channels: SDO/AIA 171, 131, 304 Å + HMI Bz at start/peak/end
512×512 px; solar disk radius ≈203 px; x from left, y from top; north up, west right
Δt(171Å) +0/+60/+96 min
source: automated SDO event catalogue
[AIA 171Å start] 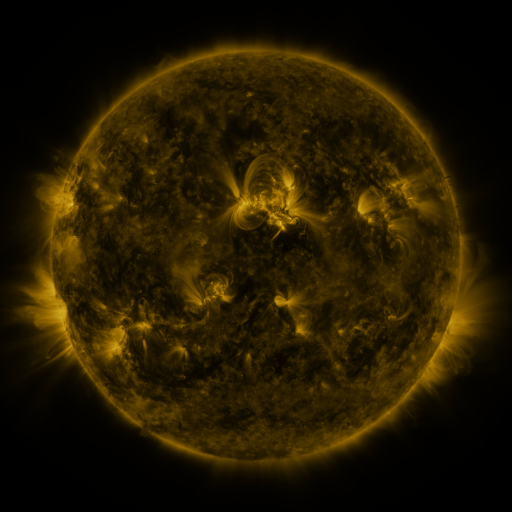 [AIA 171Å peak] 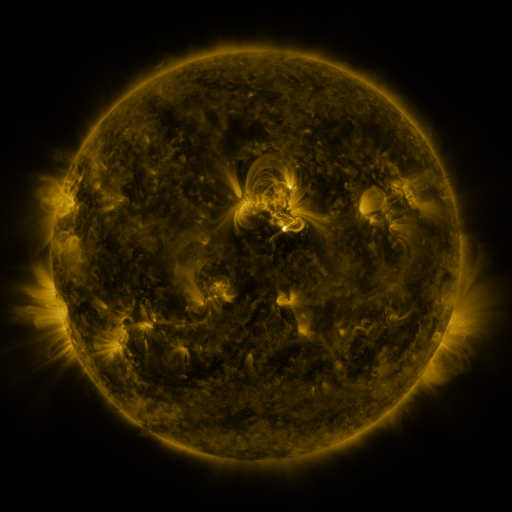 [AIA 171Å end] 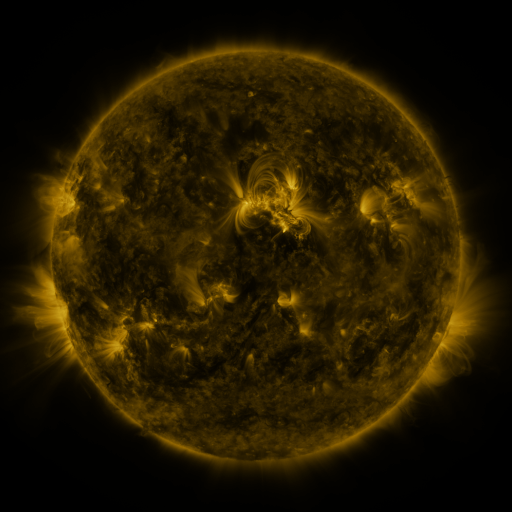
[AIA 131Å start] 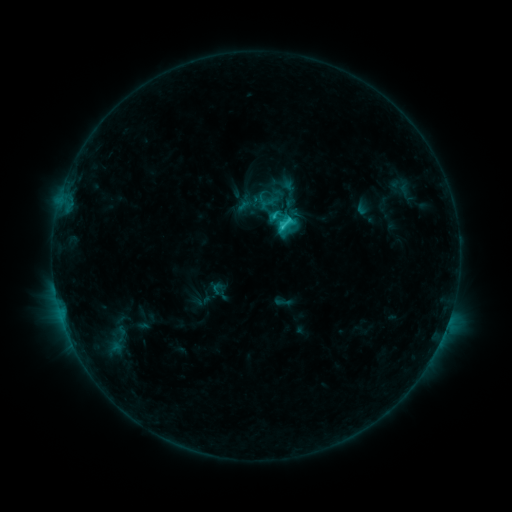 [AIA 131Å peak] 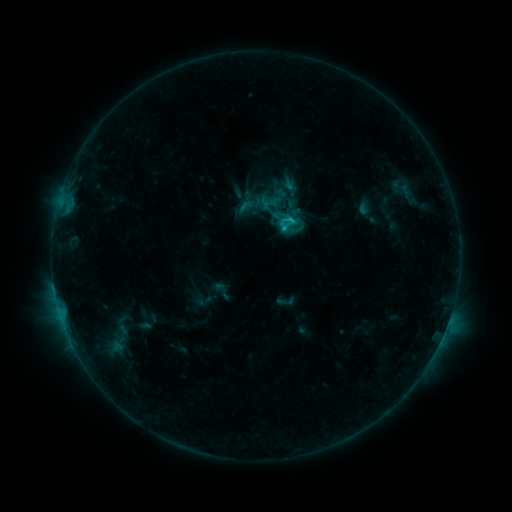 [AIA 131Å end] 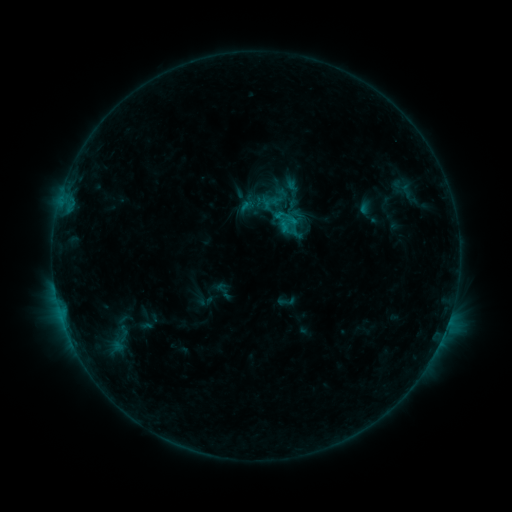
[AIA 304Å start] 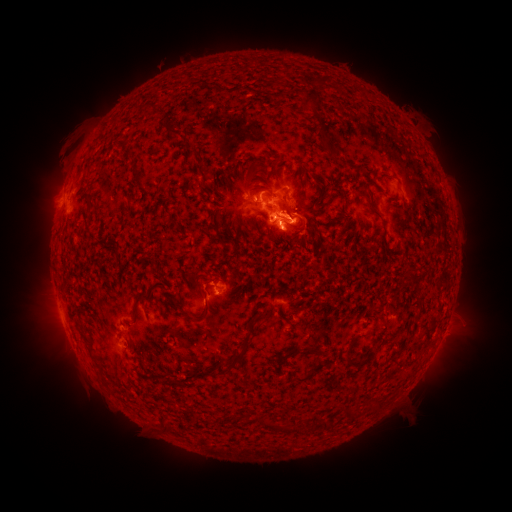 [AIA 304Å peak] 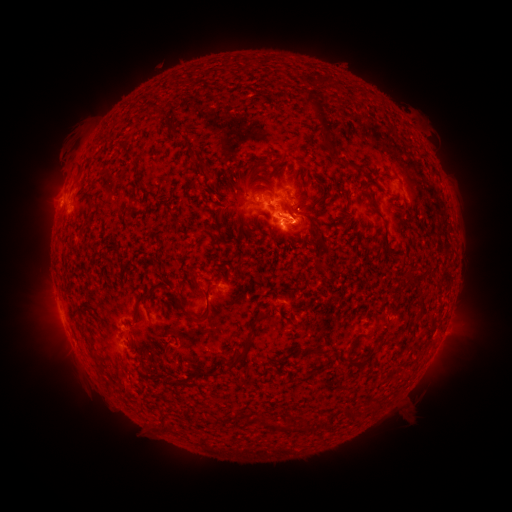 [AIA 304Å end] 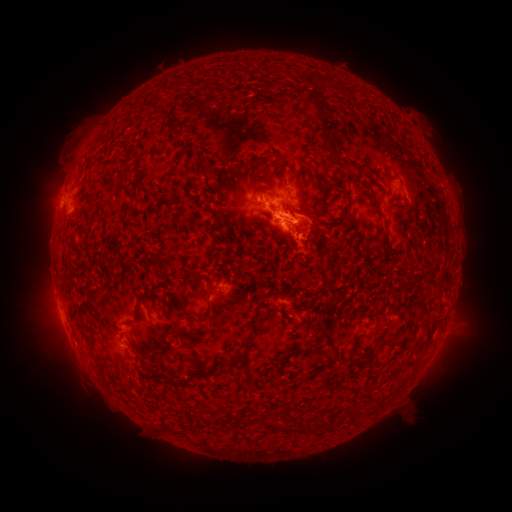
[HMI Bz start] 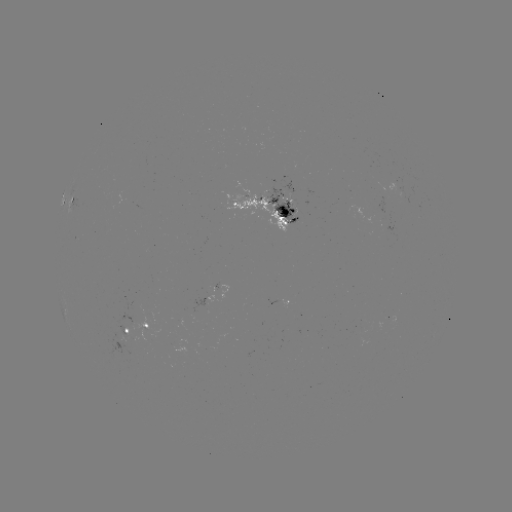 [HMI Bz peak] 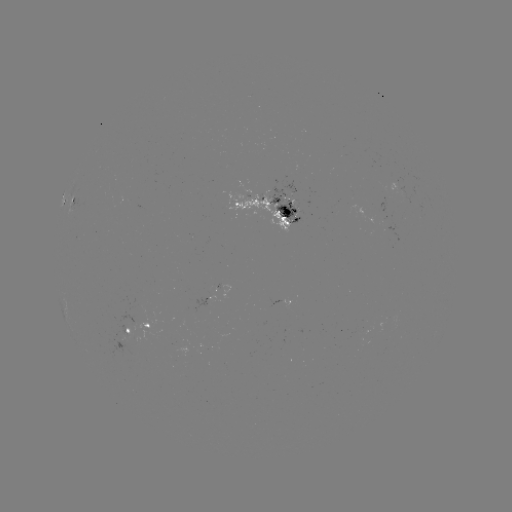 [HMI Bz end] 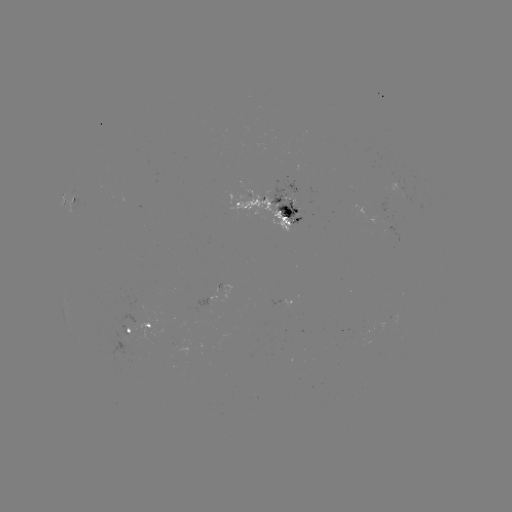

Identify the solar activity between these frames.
emerging-flux region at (404, 193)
